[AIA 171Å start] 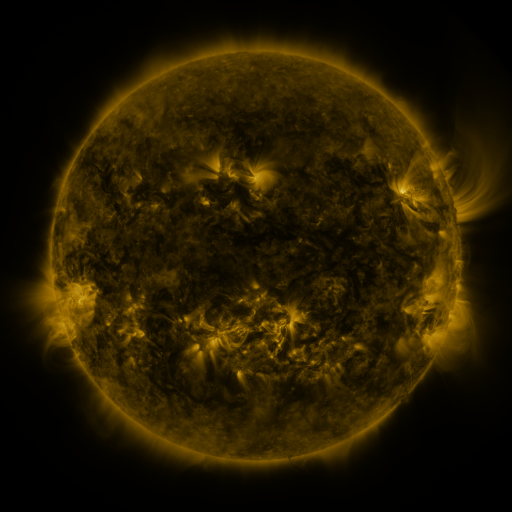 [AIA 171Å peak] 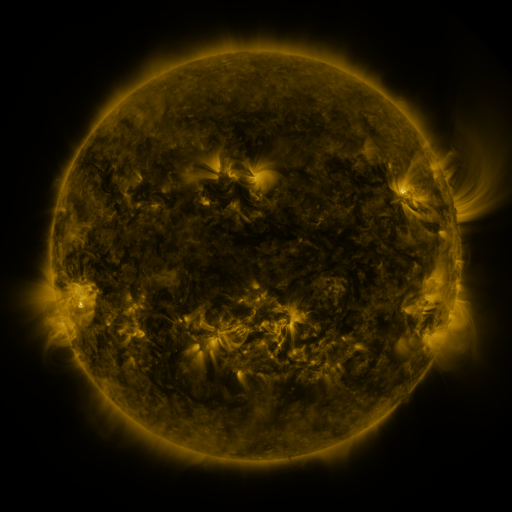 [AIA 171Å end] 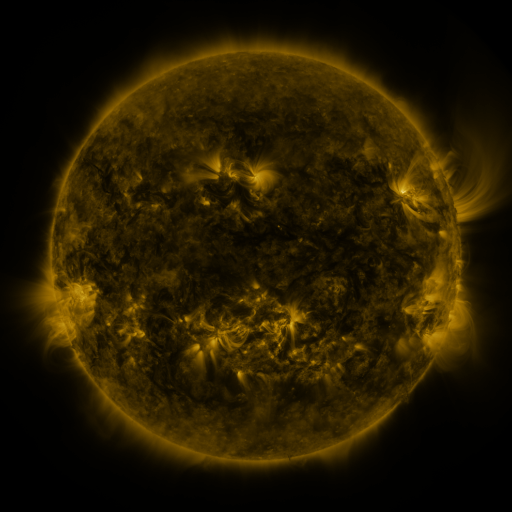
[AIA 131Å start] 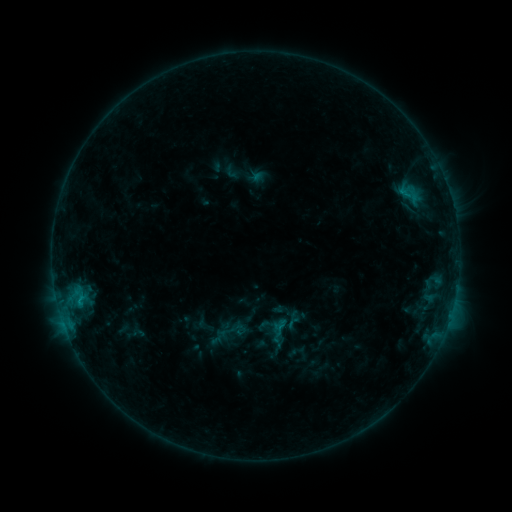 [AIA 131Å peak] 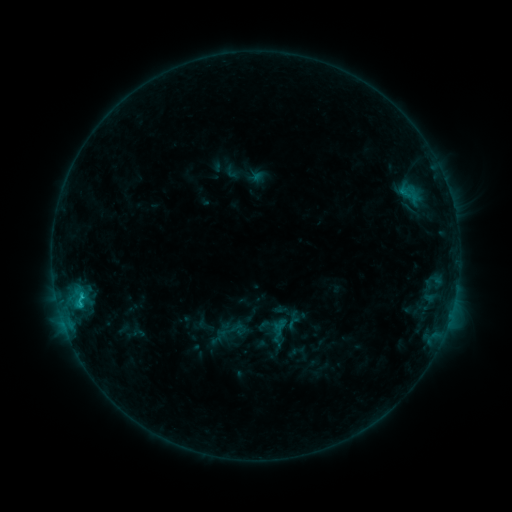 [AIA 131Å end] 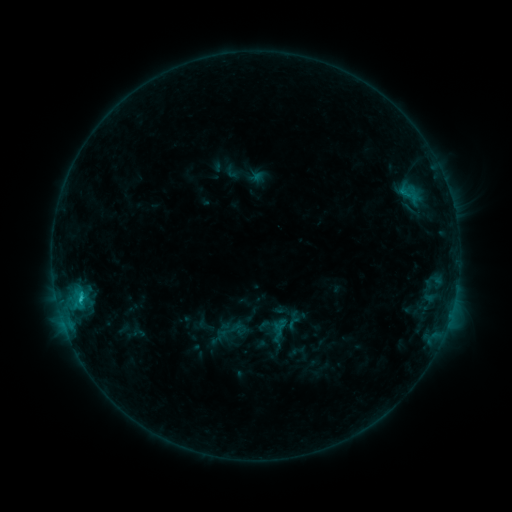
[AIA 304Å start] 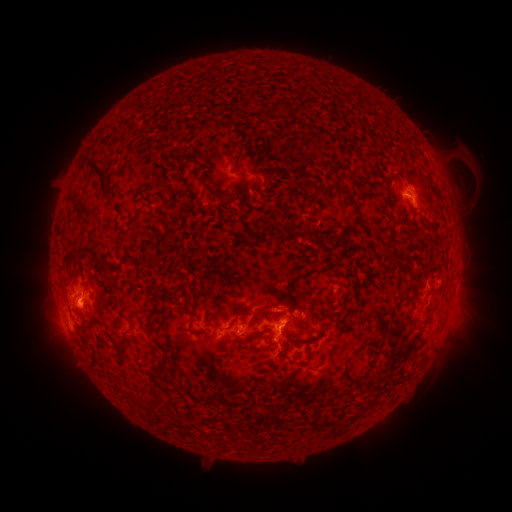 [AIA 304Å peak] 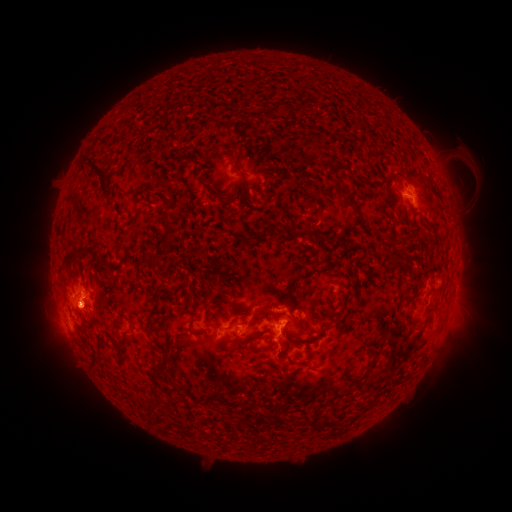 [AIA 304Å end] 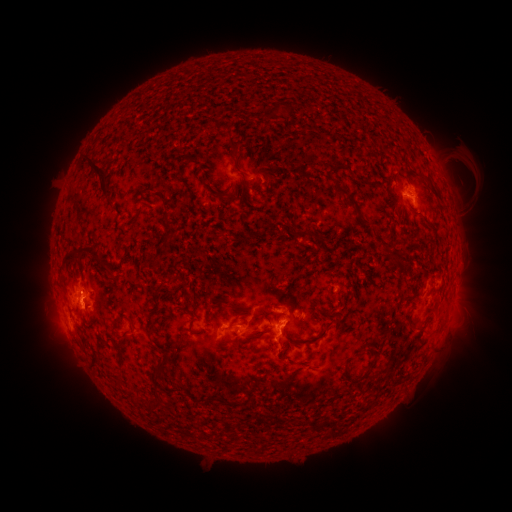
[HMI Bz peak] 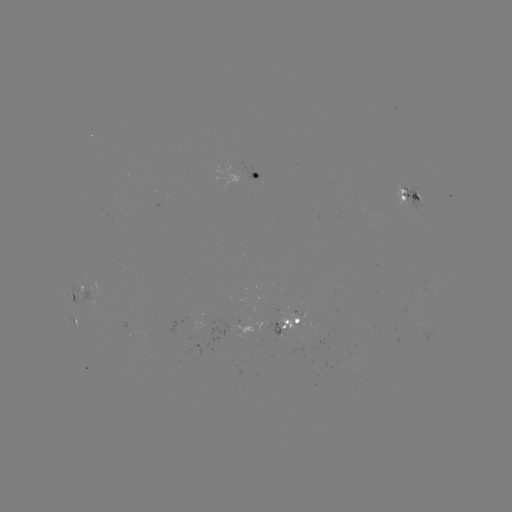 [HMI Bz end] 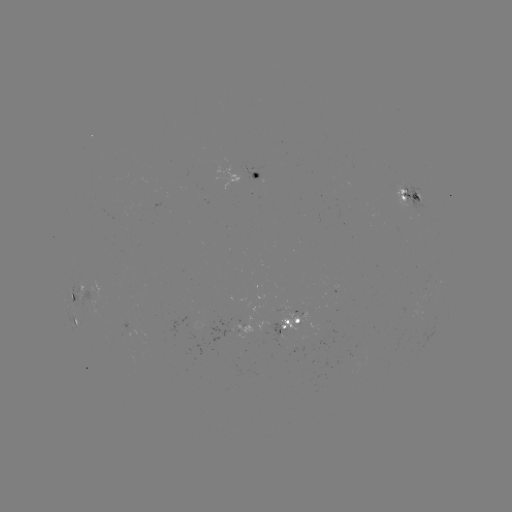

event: eruption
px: (83, 309)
